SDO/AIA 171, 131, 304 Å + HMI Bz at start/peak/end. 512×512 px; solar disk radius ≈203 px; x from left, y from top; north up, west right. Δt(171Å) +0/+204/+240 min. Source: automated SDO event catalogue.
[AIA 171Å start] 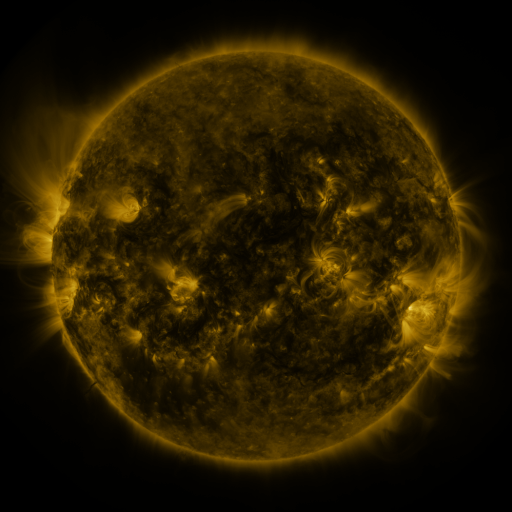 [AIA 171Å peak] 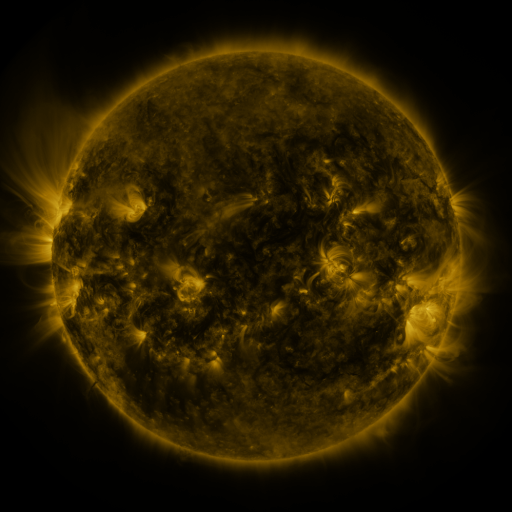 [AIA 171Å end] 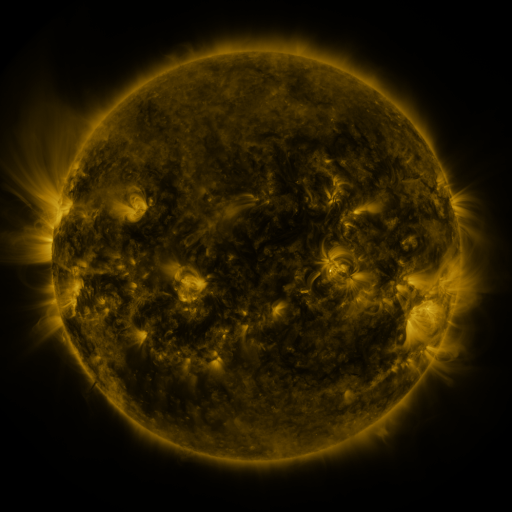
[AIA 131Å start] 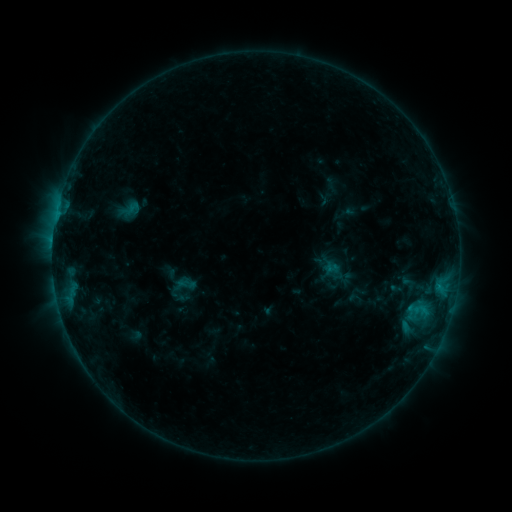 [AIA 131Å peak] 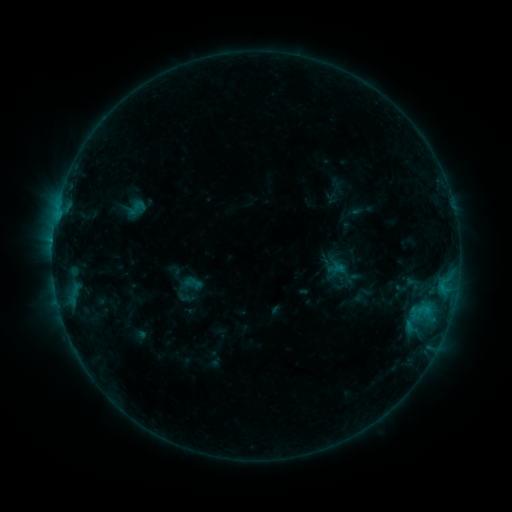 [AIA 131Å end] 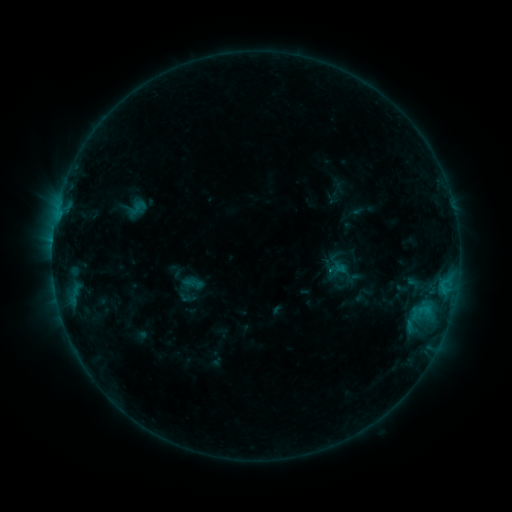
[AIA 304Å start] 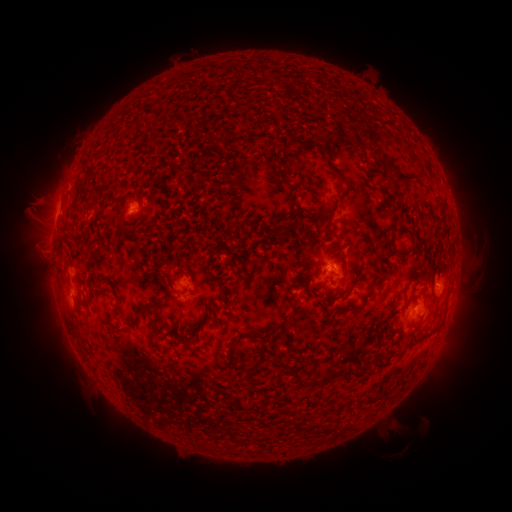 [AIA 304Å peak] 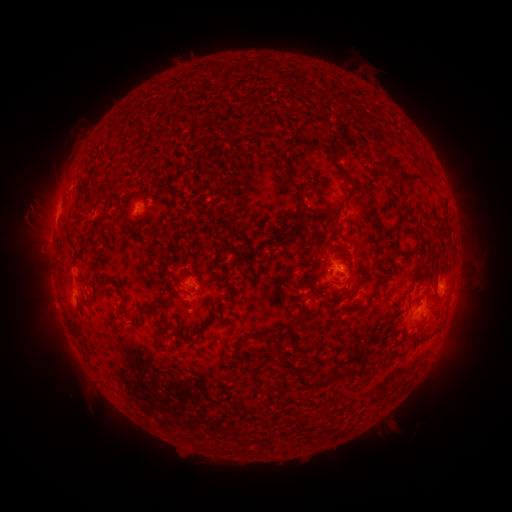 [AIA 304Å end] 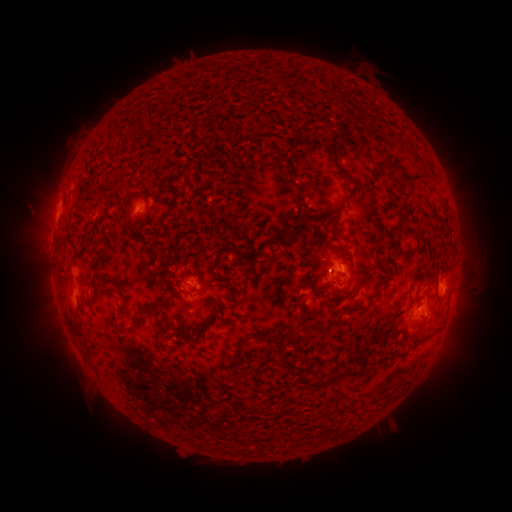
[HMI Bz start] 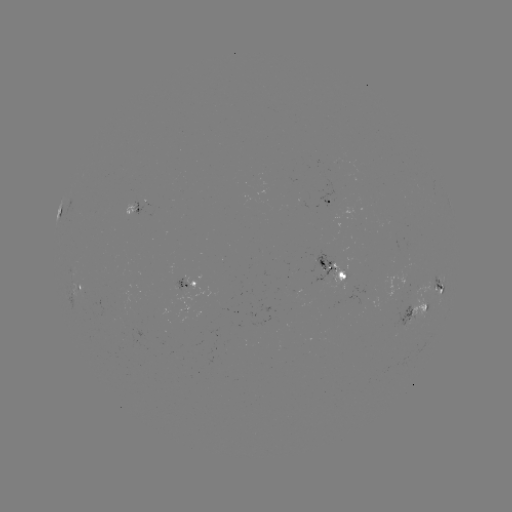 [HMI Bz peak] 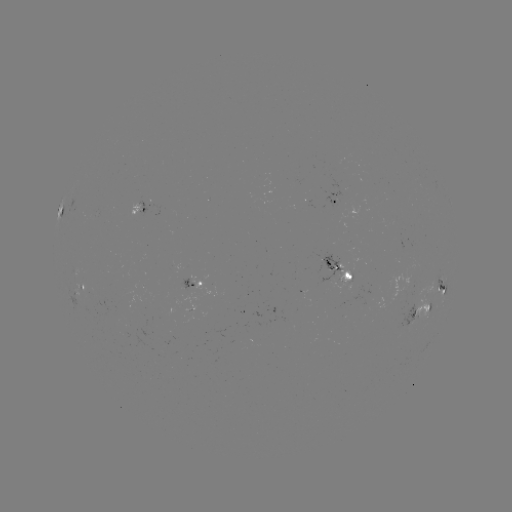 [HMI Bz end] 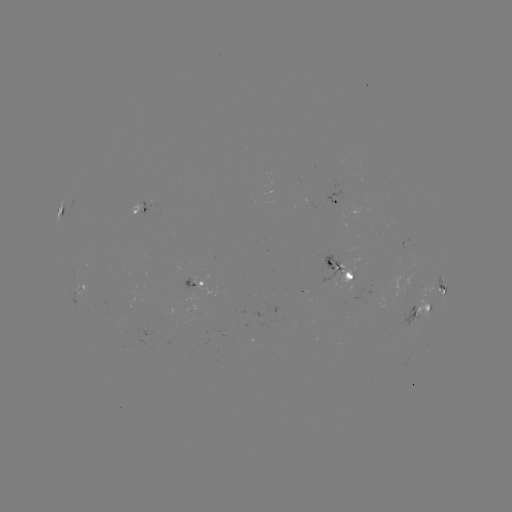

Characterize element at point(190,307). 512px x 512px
emerging-flux region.